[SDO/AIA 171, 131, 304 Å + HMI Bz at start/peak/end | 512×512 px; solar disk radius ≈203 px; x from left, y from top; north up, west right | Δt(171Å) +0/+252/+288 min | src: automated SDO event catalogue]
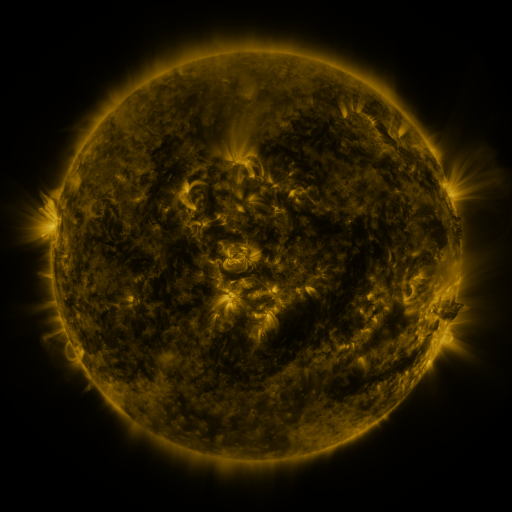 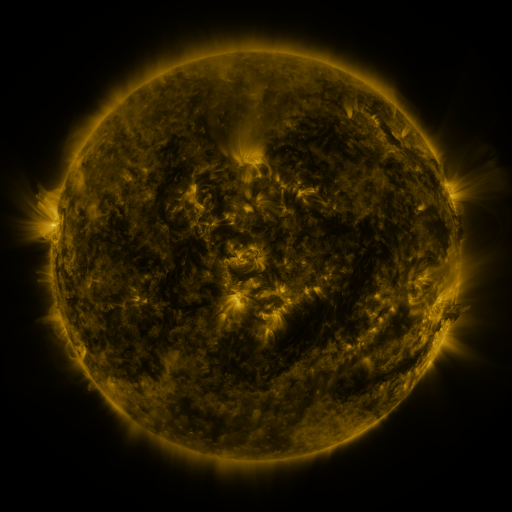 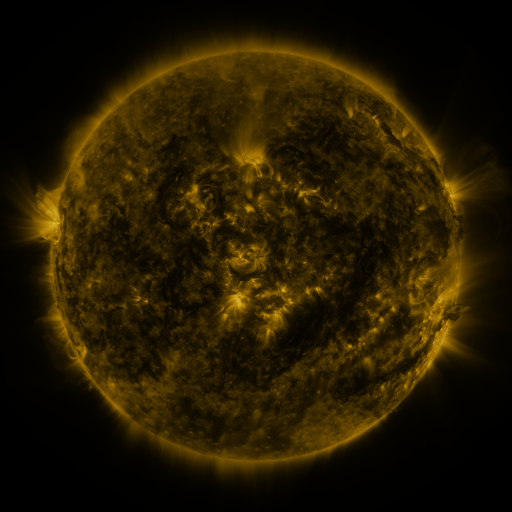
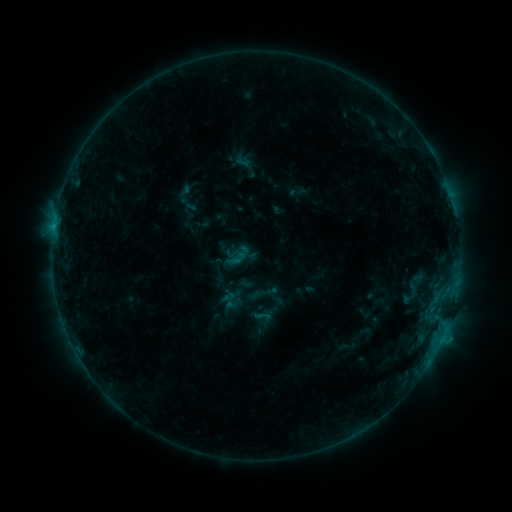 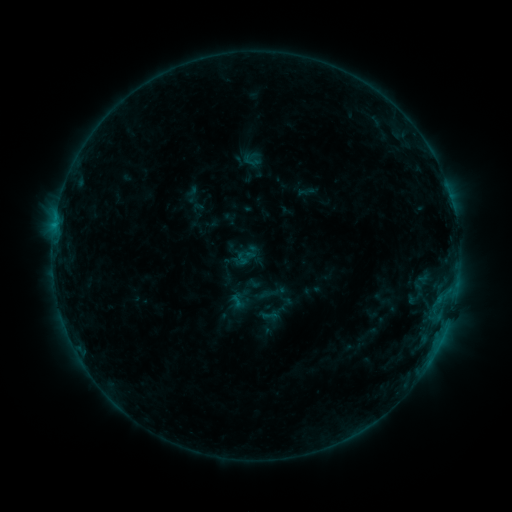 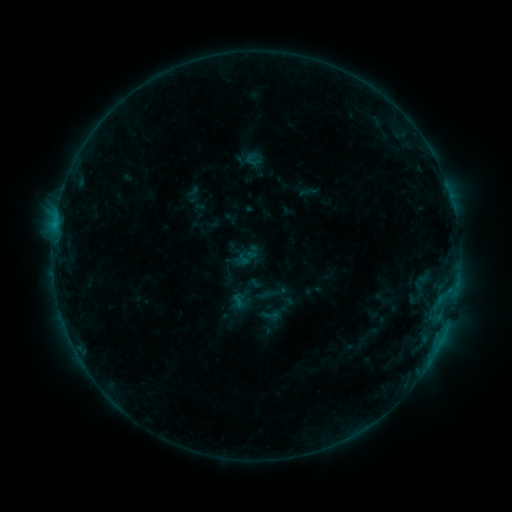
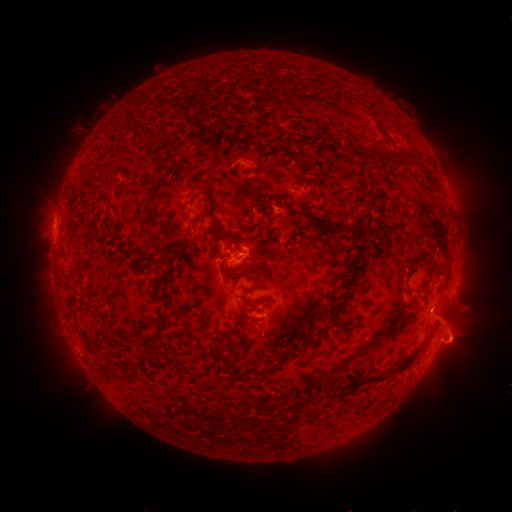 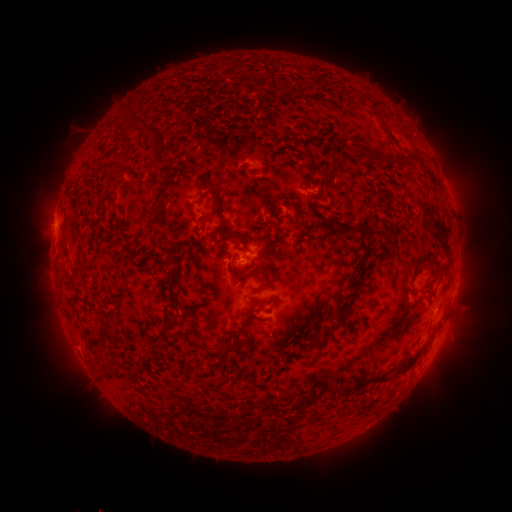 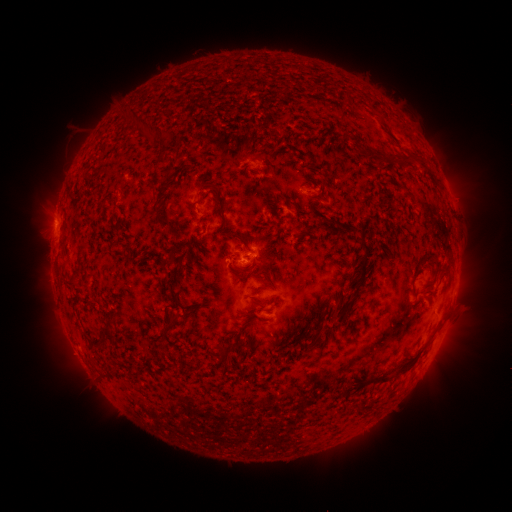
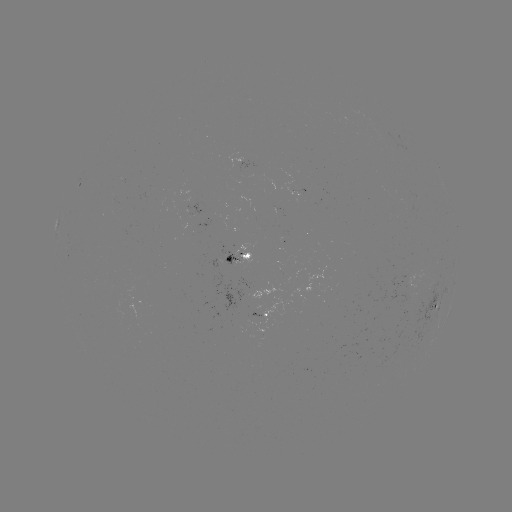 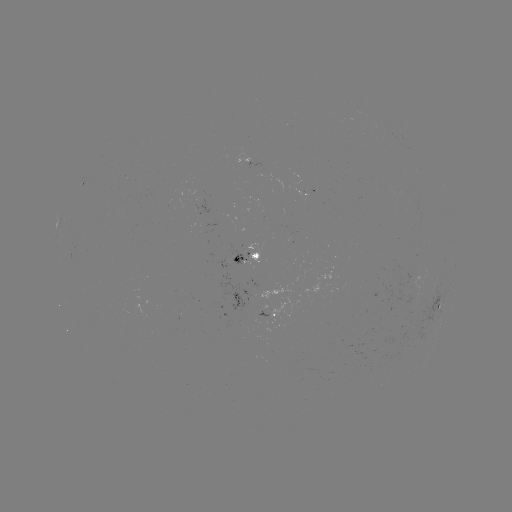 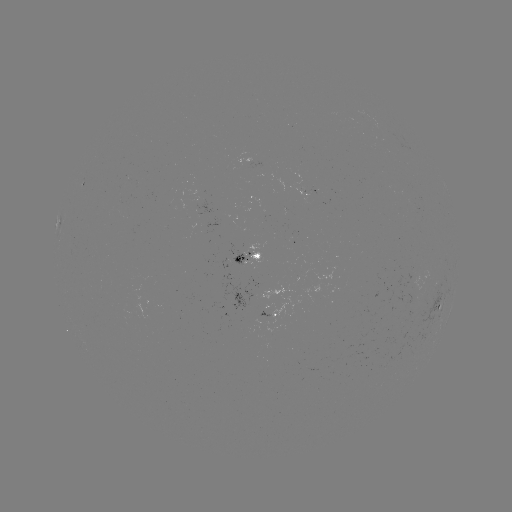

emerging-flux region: [227, 244, 253, 267]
